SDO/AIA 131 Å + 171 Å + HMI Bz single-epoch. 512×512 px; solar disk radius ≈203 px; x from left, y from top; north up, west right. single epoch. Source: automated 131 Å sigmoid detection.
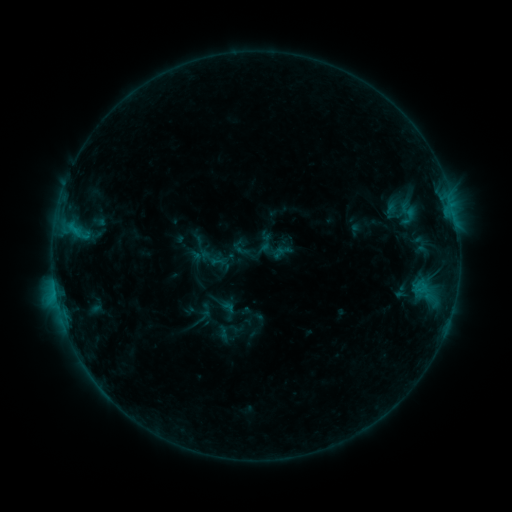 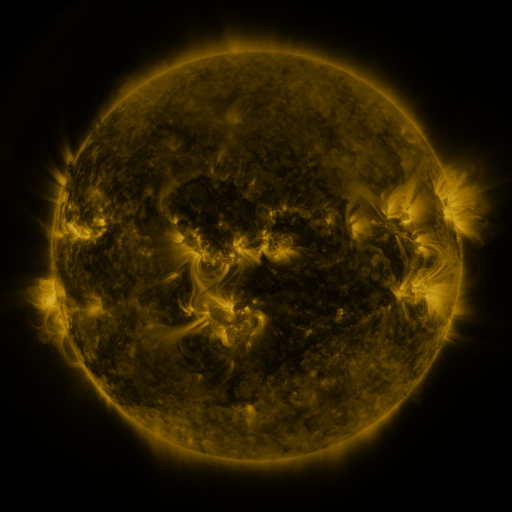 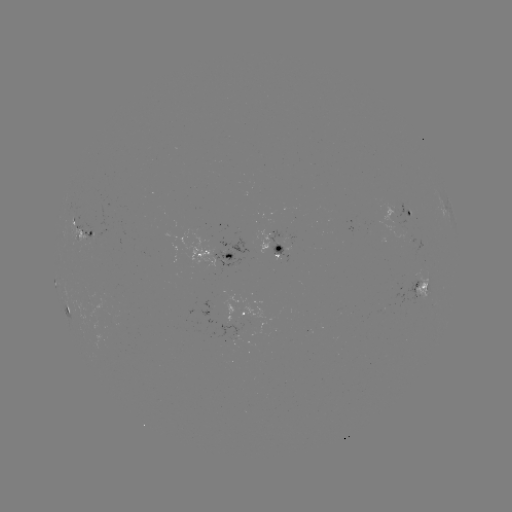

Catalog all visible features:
sigmoid: (210, 258)
